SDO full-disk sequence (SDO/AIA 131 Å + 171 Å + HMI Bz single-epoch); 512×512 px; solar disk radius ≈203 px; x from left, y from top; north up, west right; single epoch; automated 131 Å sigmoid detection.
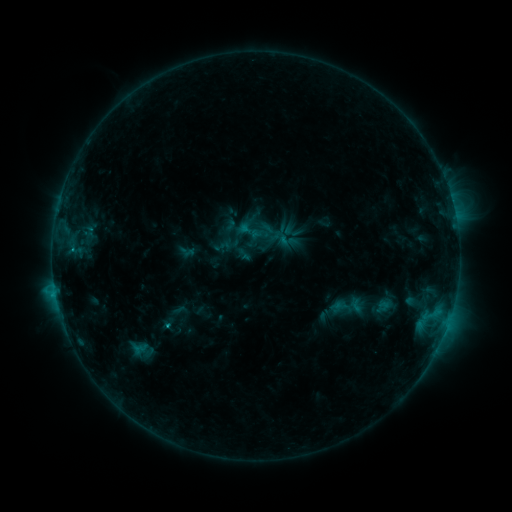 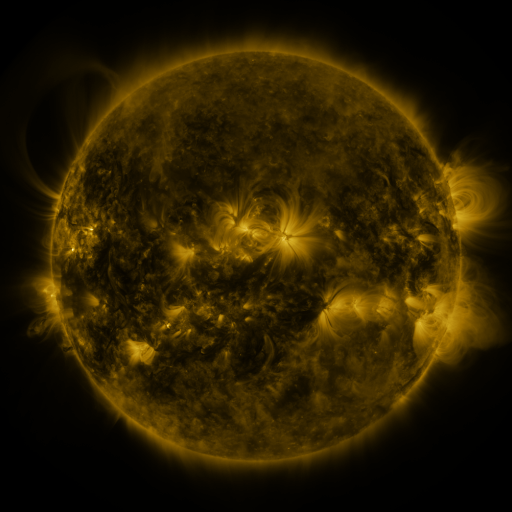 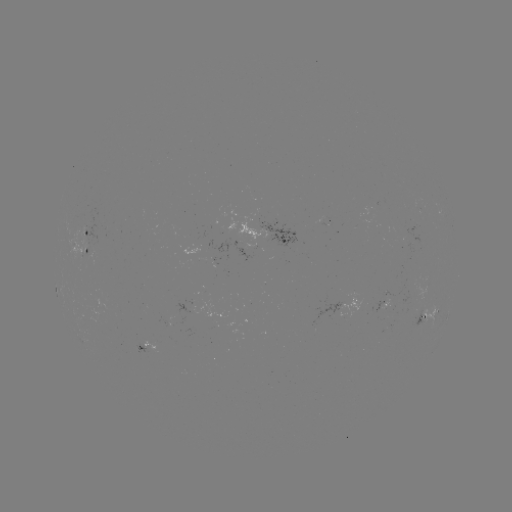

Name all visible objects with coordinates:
sigmoid: <bbox>250, 225, 280, 254</bbox>
sigmoid: <bbox>271, 228, 292, 248</bbox>
